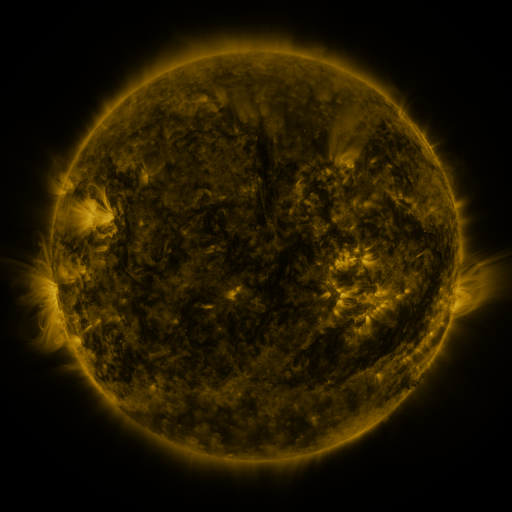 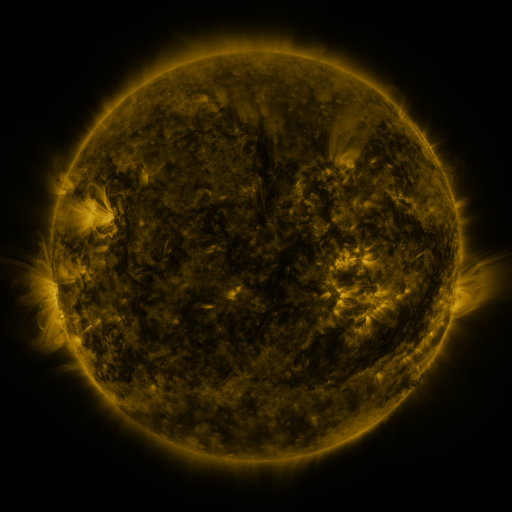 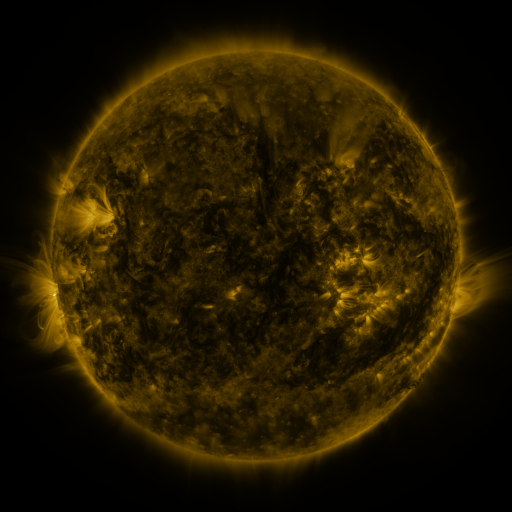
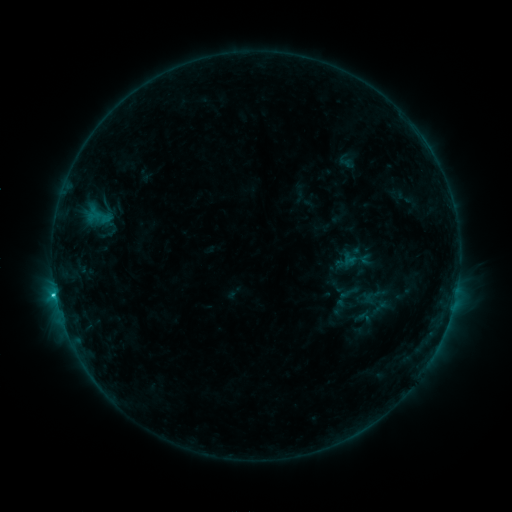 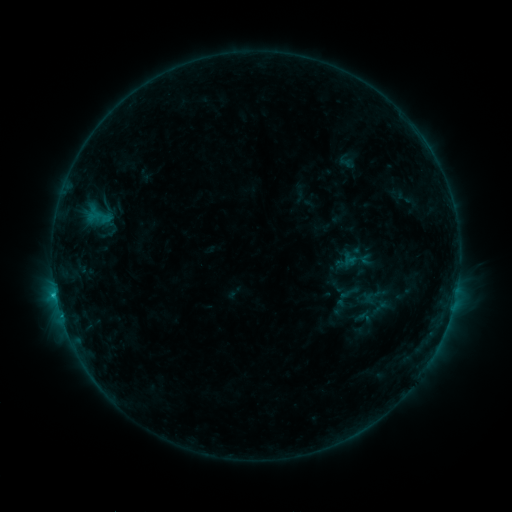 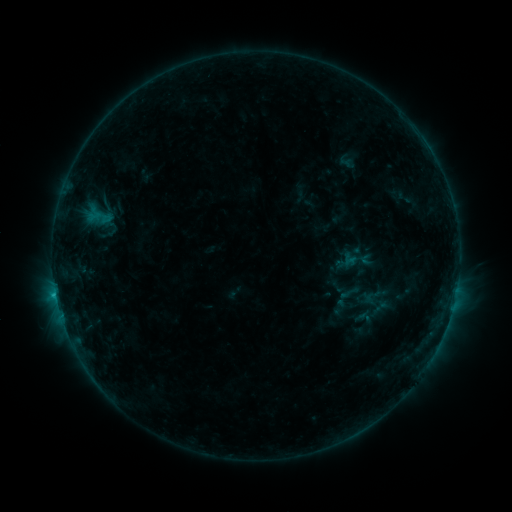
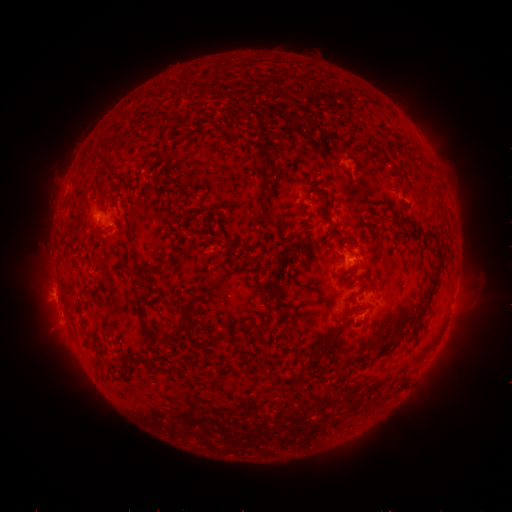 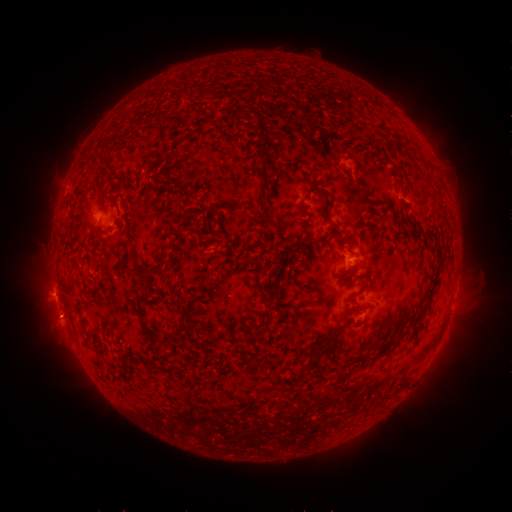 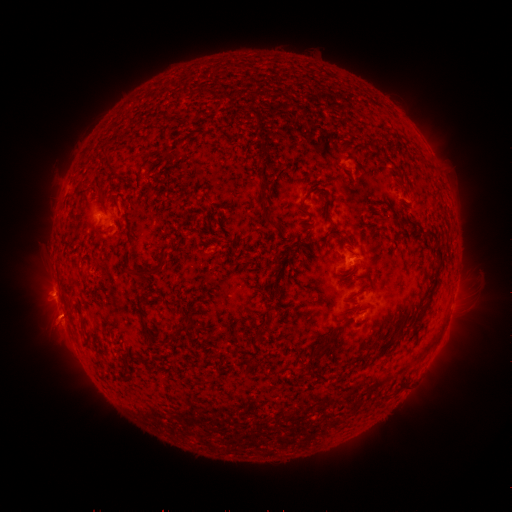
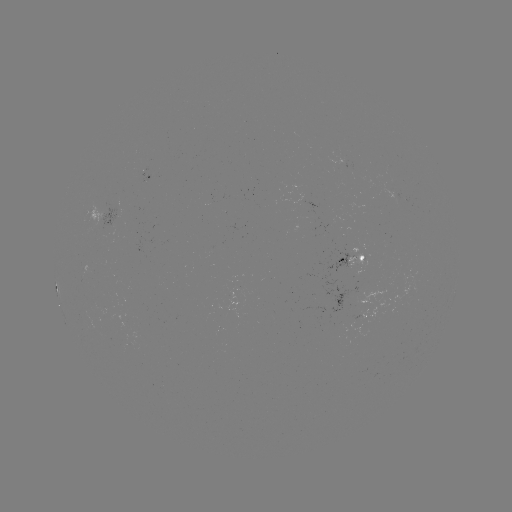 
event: eruption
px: (57, 322)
